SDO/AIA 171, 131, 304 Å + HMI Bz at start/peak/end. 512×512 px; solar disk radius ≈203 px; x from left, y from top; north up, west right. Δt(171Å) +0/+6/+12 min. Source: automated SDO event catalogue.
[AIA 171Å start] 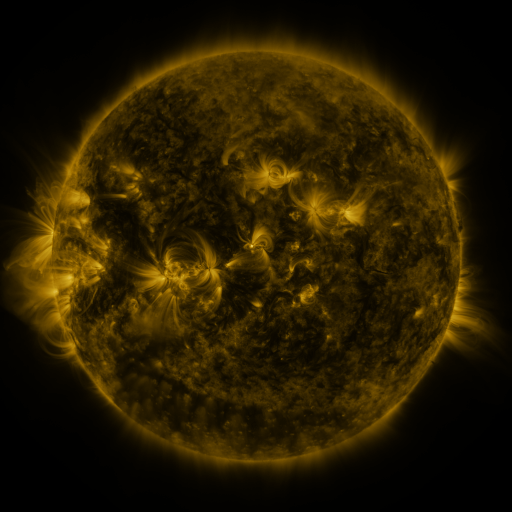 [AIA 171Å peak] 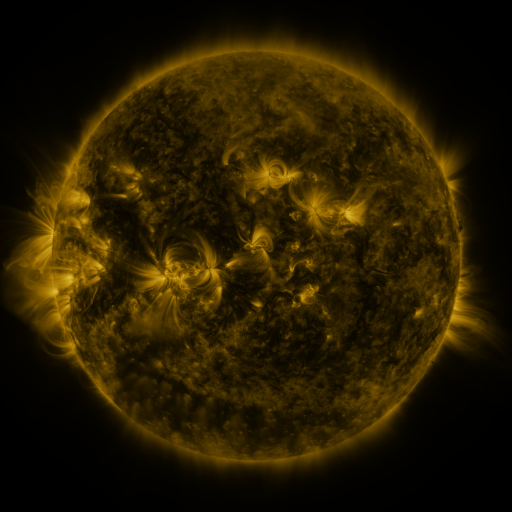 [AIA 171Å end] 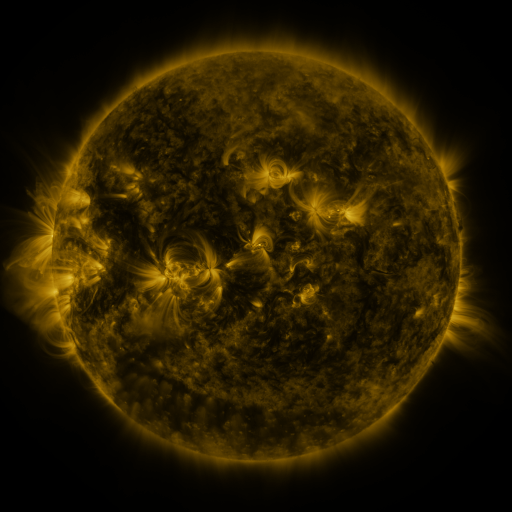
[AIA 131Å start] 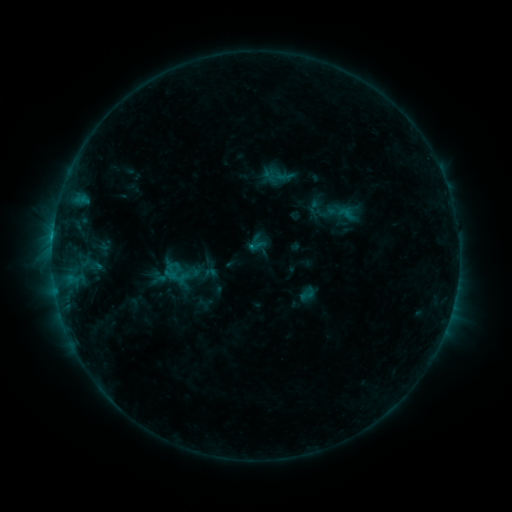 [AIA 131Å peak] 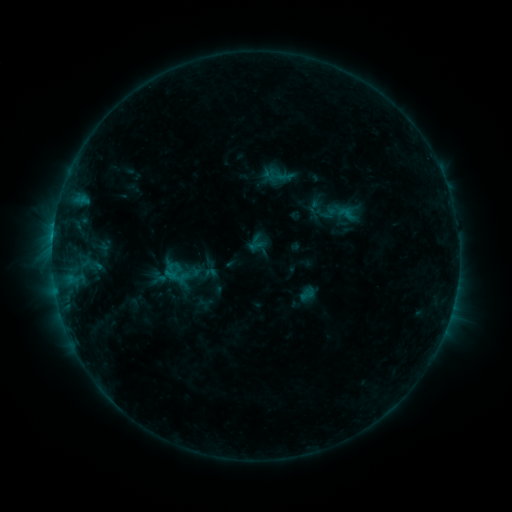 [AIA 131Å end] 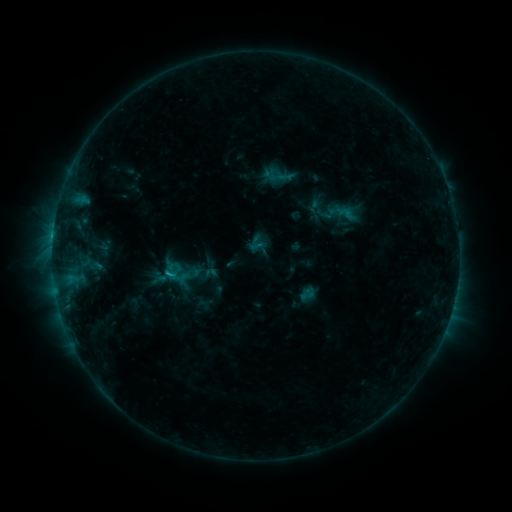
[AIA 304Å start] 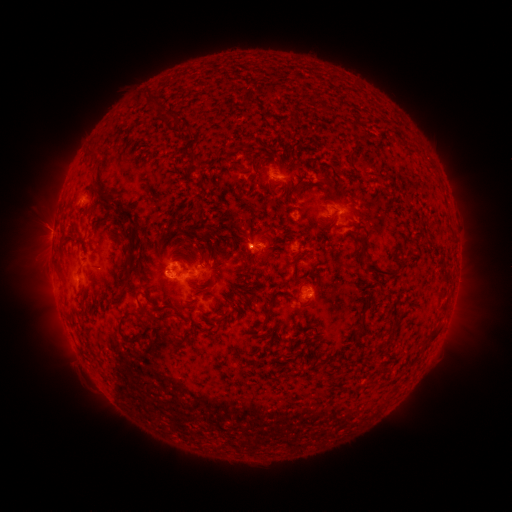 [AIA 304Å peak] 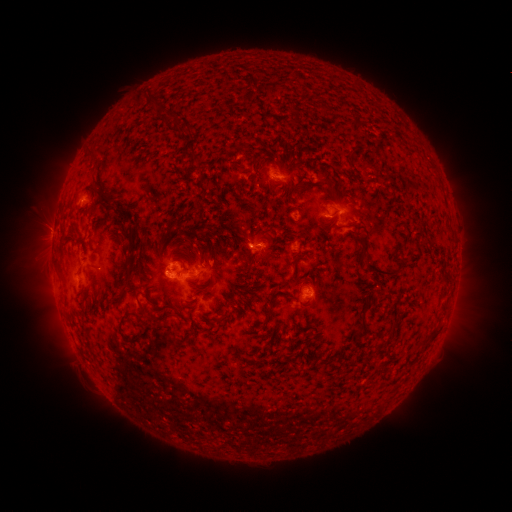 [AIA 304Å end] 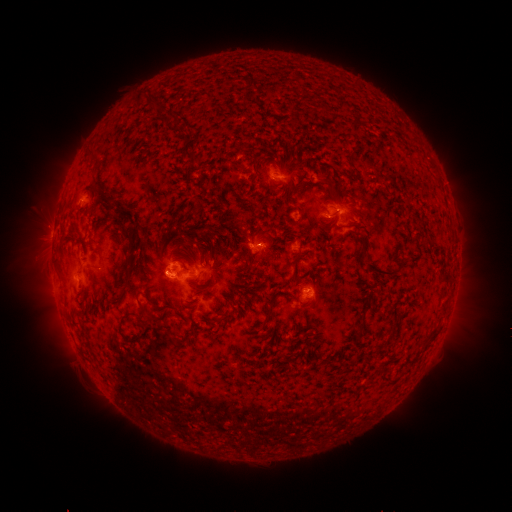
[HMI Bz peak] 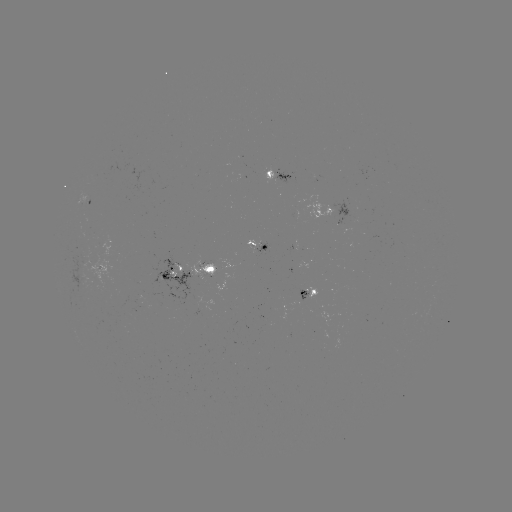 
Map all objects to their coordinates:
C1.6 flare: (171, 273)
